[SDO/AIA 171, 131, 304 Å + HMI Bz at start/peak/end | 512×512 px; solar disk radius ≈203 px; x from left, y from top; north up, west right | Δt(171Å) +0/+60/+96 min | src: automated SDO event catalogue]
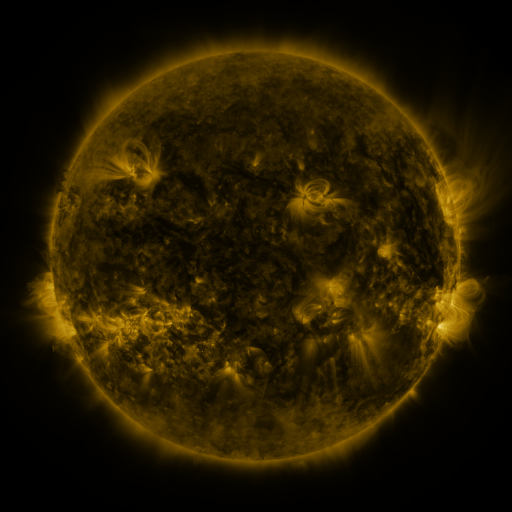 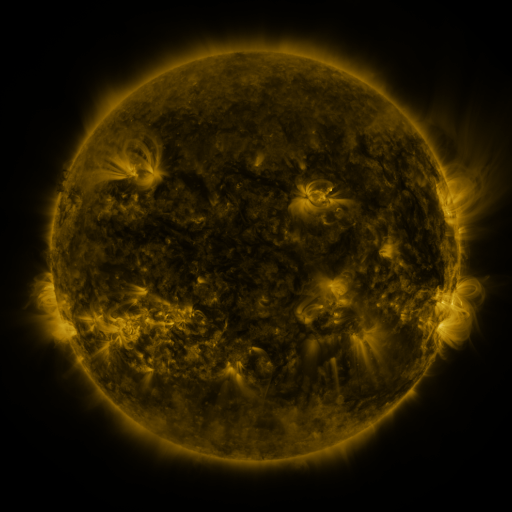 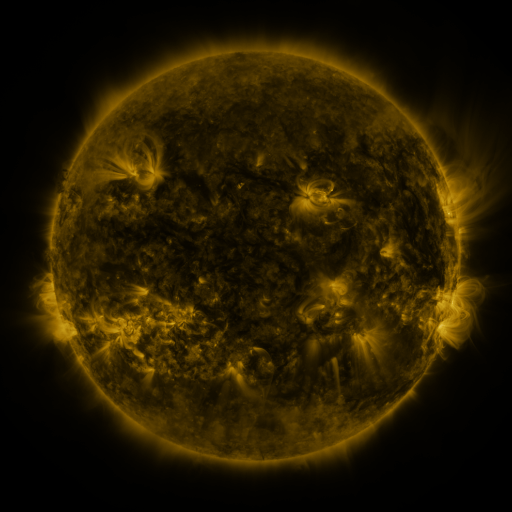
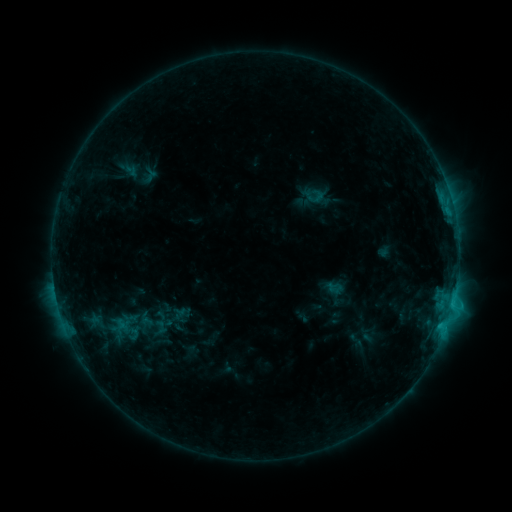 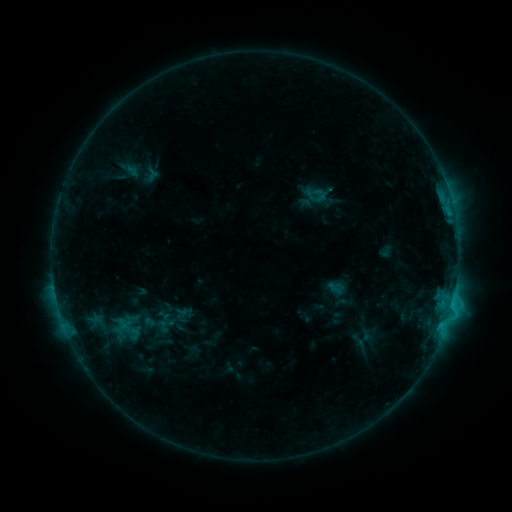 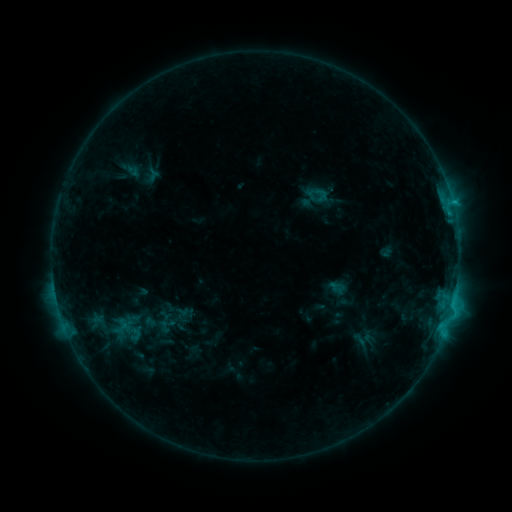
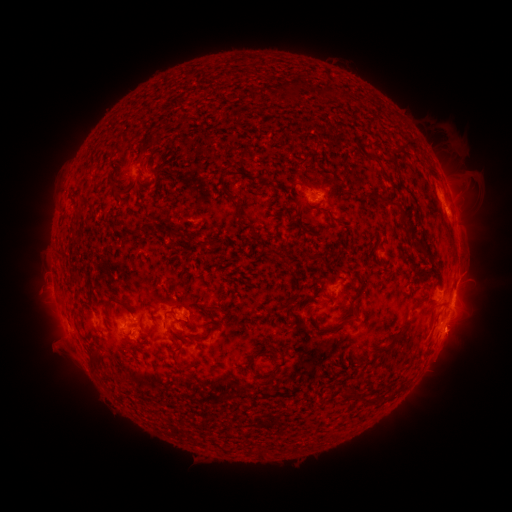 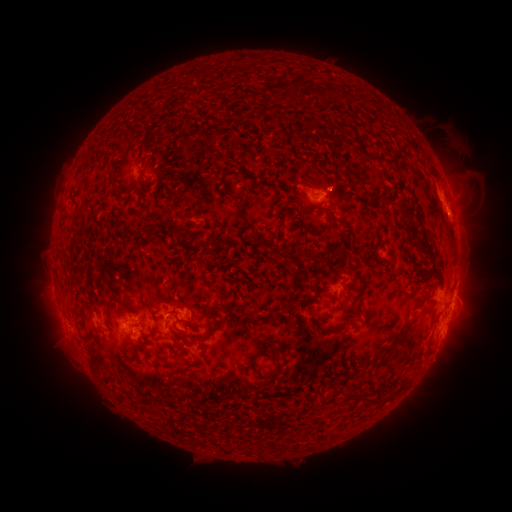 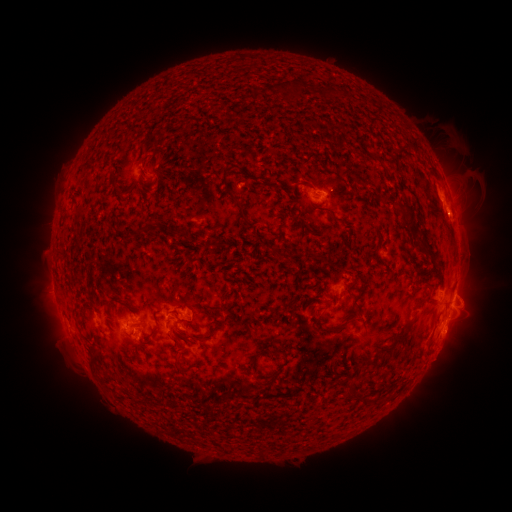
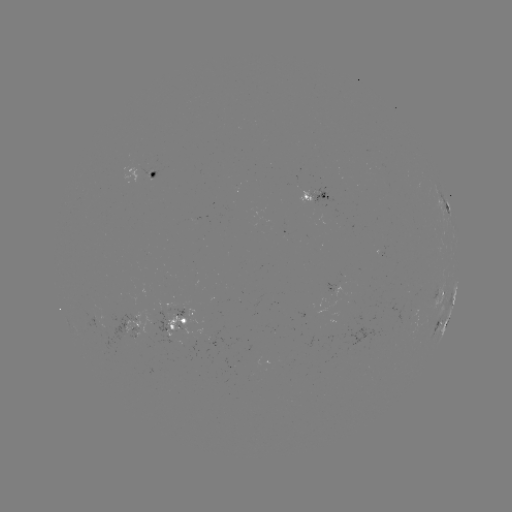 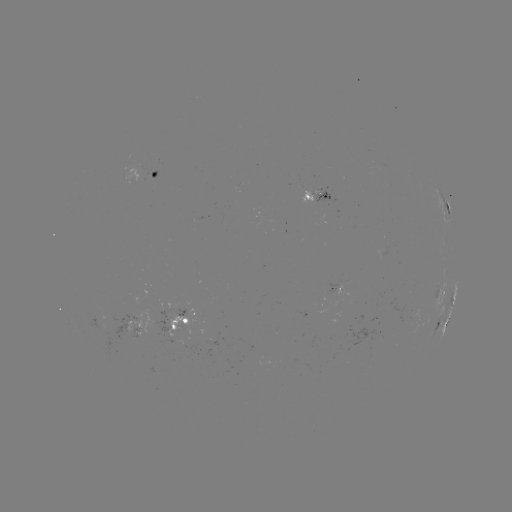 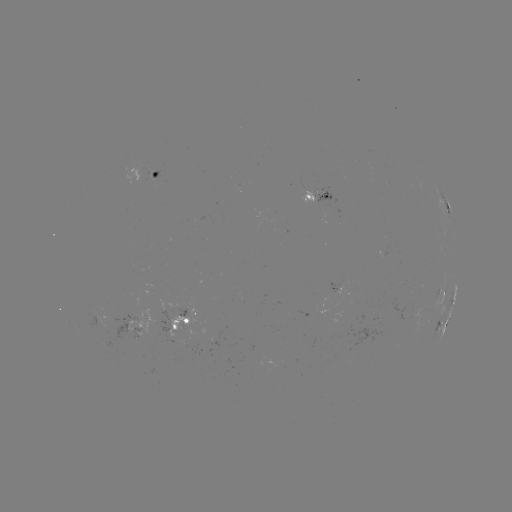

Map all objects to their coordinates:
emerging-flux region: (413, 313)
